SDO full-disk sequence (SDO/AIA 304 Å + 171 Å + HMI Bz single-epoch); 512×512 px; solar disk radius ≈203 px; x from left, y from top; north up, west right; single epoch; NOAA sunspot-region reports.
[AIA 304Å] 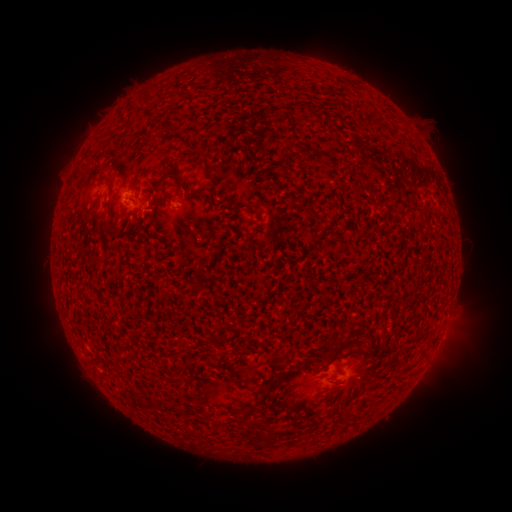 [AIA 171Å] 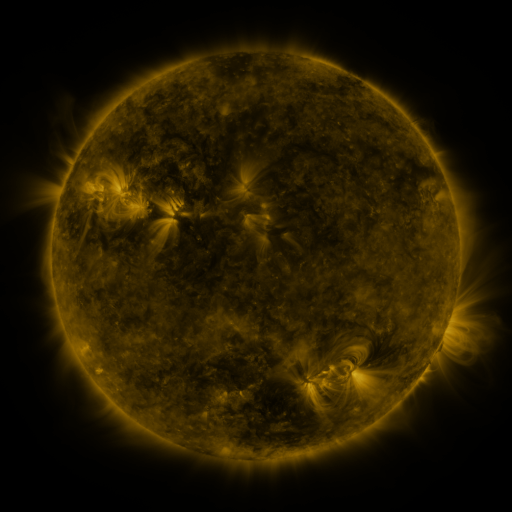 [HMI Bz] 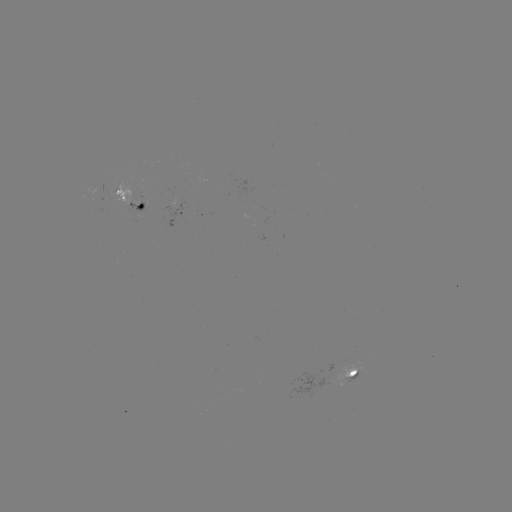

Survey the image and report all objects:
spotted active region: (131, 197)
spotted active region: (354, 374)
